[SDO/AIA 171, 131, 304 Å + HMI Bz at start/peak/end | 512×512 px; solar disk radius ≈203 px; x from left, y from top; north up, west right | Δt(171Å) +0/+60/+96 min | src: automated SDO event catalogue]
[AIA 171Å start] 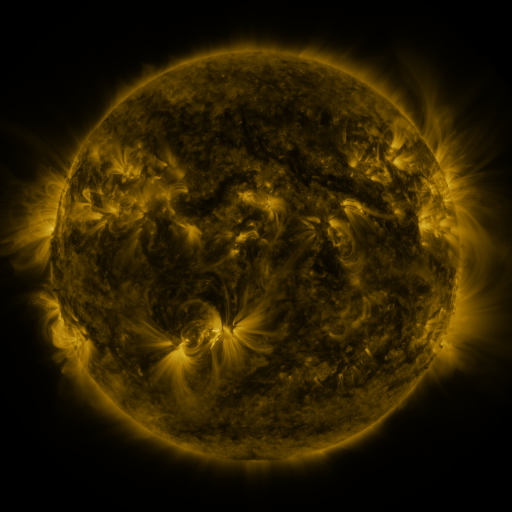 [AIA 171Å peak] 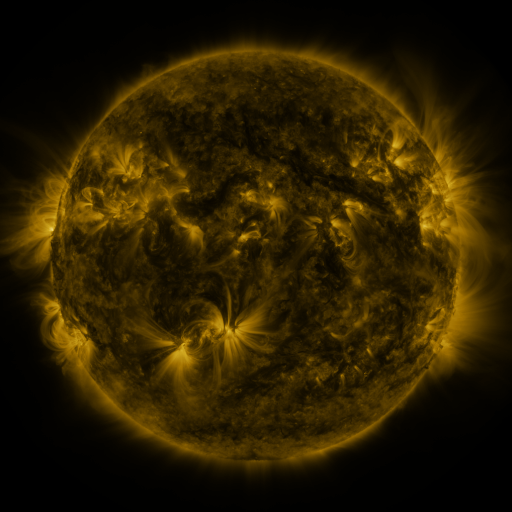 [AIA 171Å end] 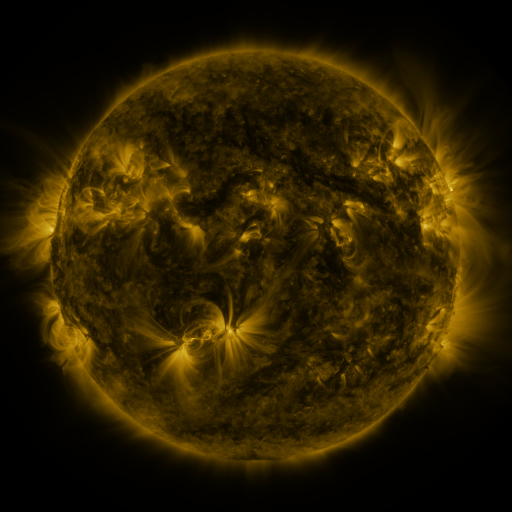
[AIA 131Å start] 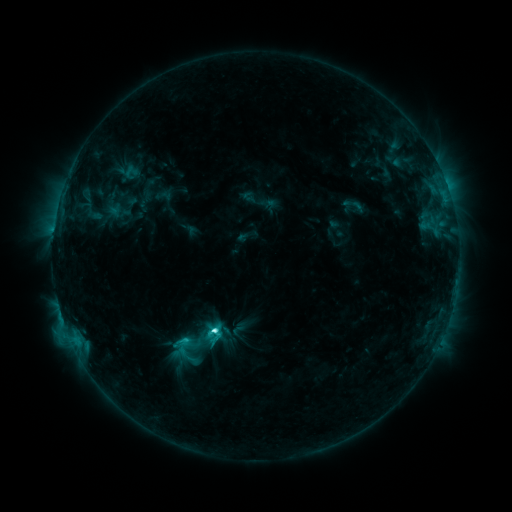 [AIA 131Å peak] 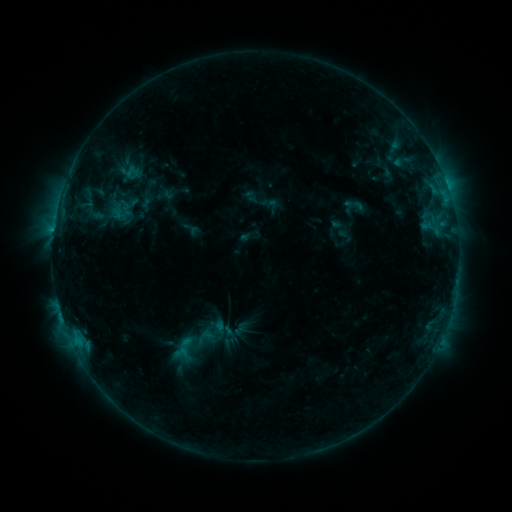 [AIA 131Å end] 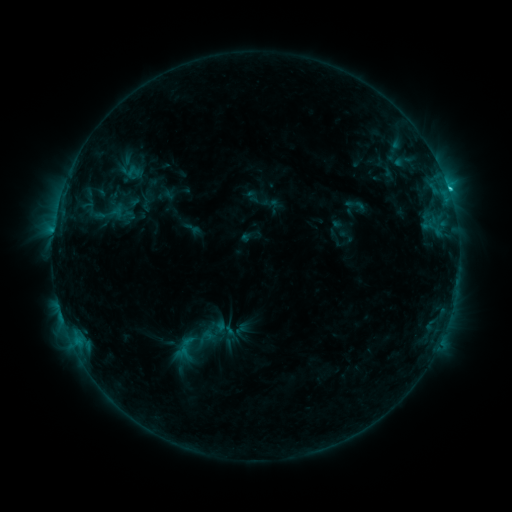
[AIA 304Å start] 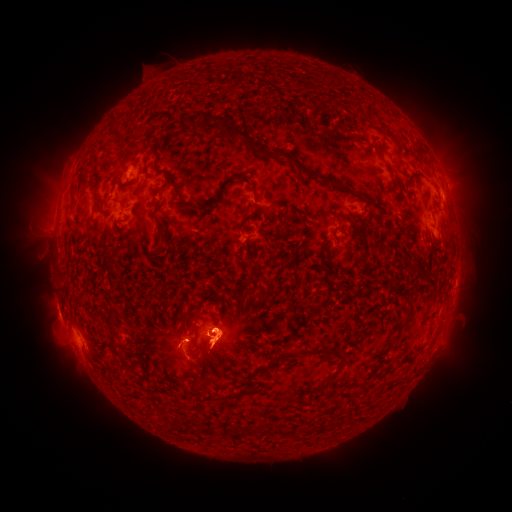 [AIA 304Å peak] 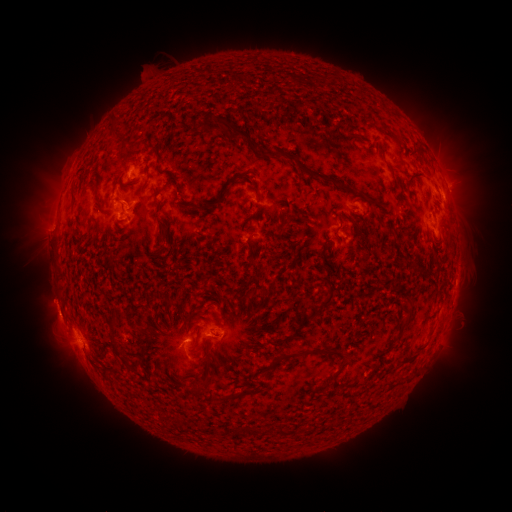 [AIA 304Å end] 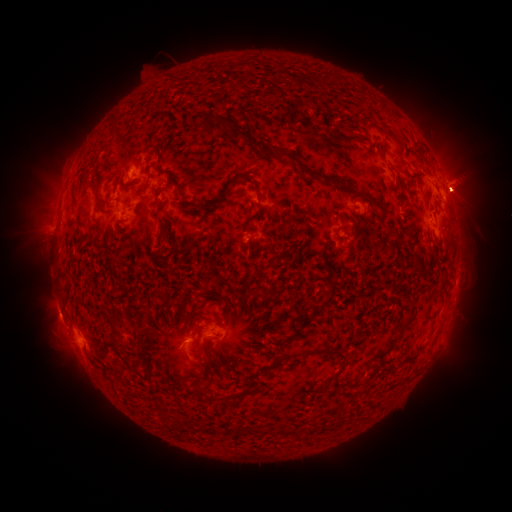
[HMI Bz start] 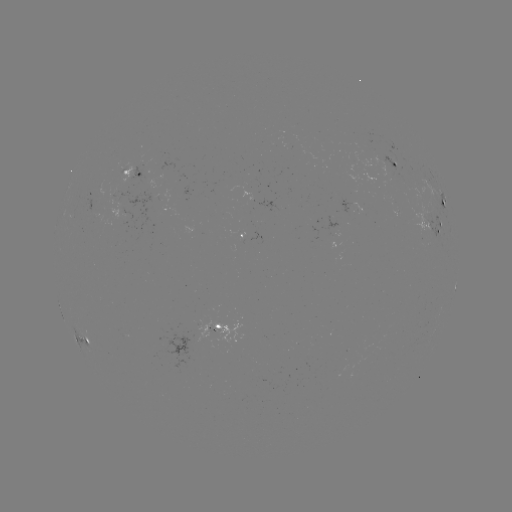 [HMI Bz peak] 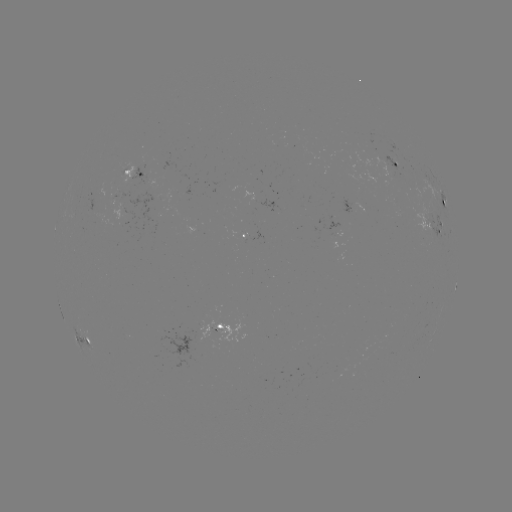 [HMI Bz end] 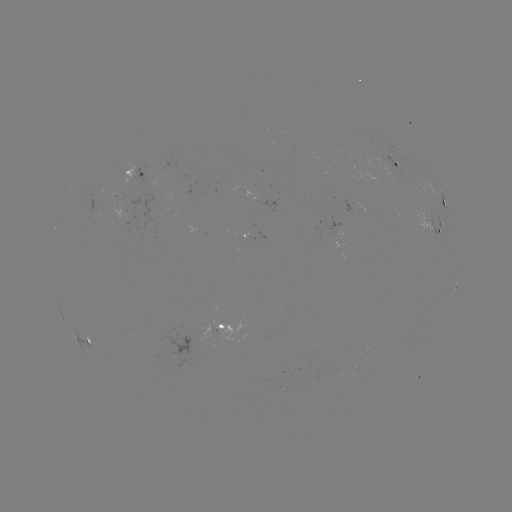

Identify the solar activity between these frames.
emerging-flux region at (366, 145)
